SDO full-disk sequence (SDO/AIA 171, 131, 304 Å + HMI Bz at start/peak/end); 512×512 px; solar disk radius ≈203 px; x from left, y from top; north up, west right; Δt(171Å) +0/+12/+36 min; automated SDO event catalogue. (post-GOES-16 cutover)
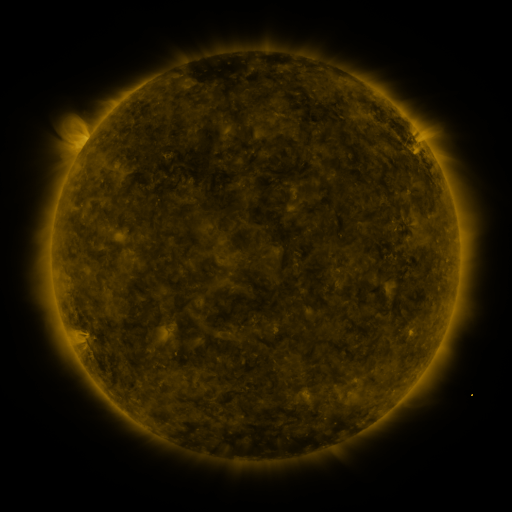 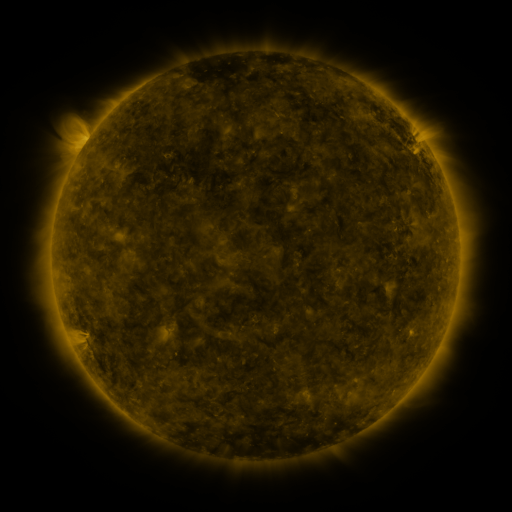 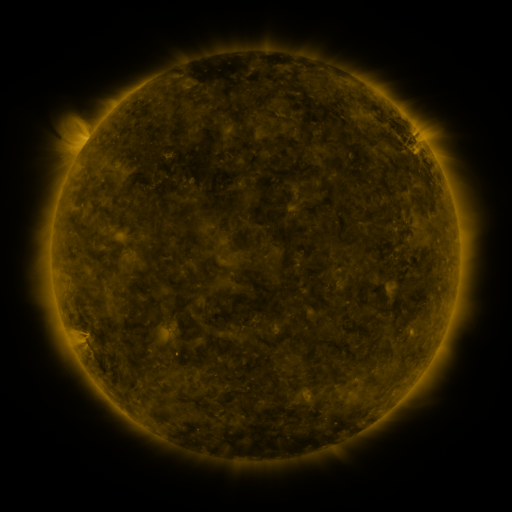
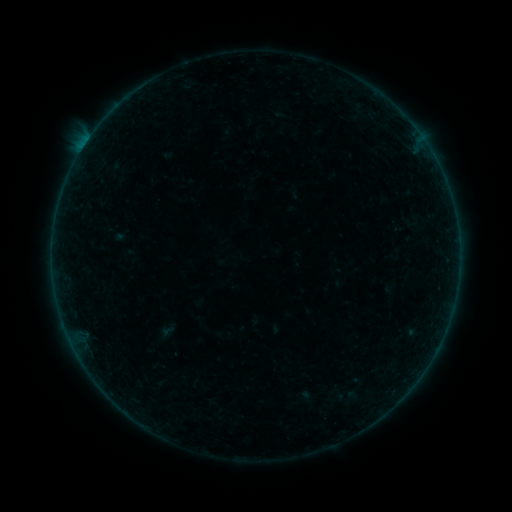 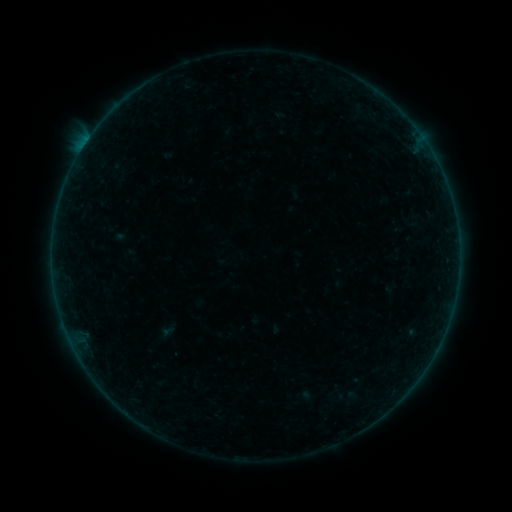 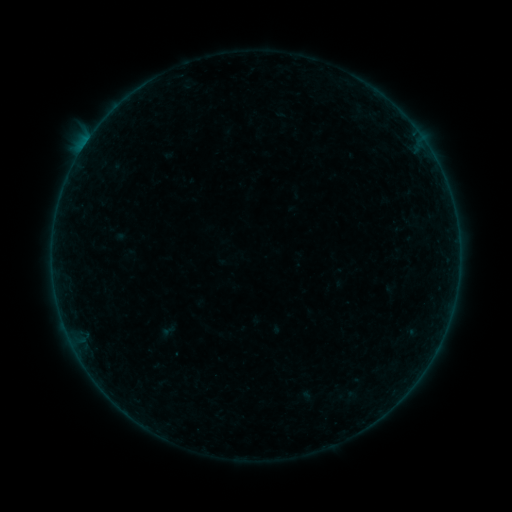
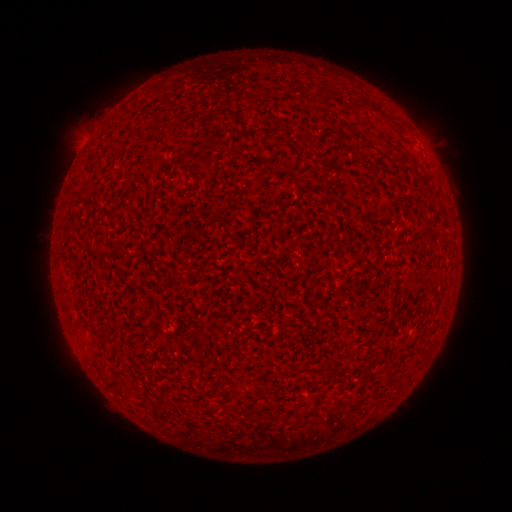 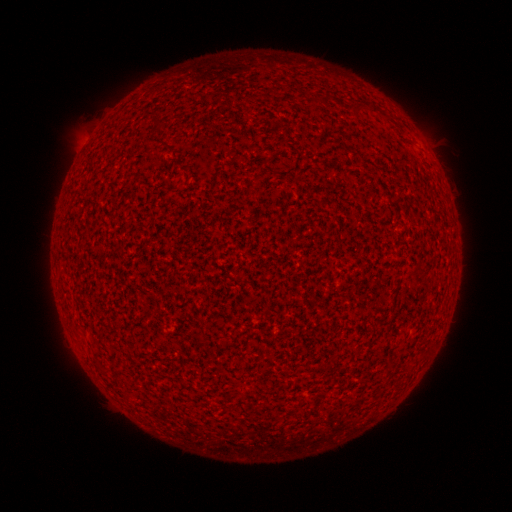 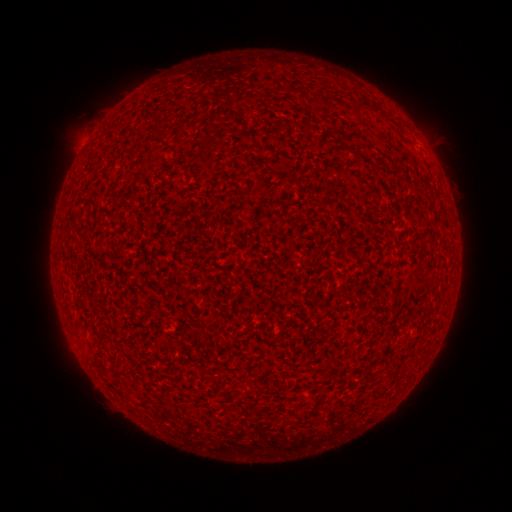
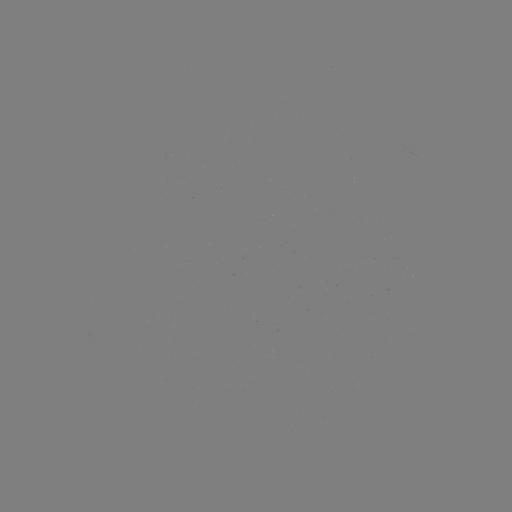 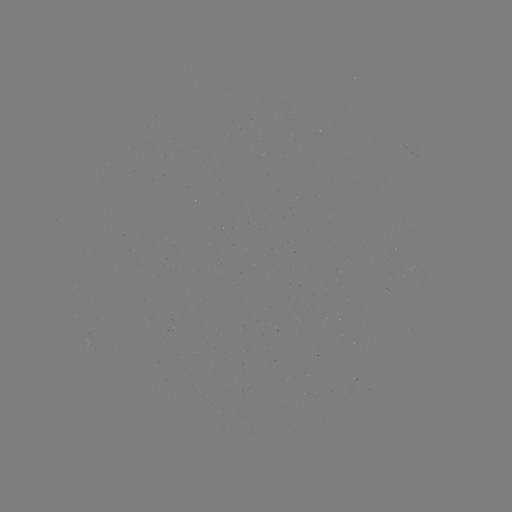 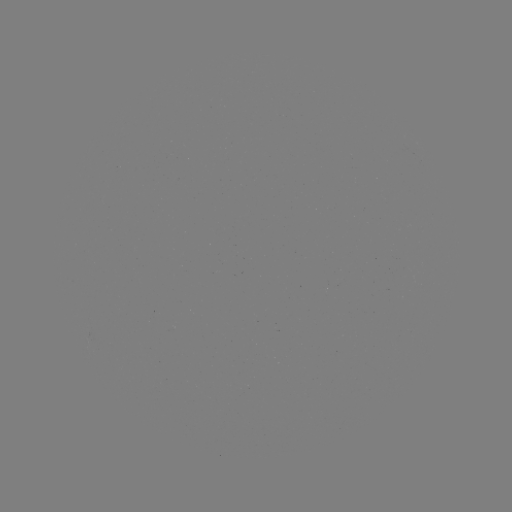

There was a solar flare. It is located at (85, 145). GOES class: A4.8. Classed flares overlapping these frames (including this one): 1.